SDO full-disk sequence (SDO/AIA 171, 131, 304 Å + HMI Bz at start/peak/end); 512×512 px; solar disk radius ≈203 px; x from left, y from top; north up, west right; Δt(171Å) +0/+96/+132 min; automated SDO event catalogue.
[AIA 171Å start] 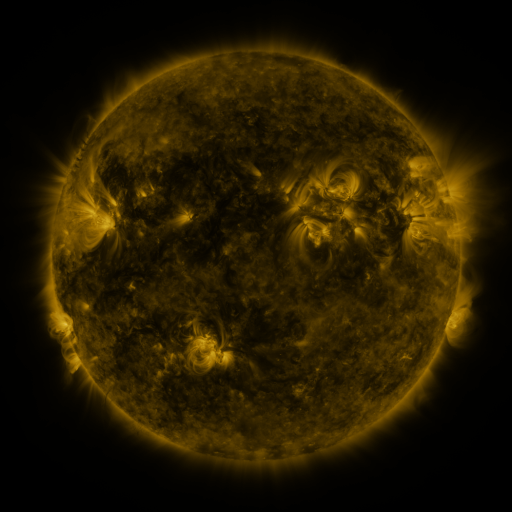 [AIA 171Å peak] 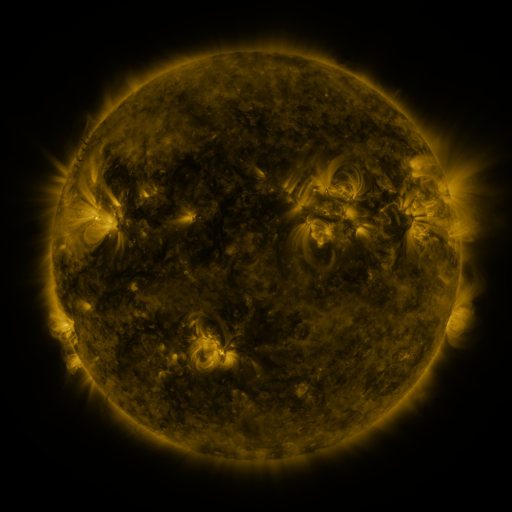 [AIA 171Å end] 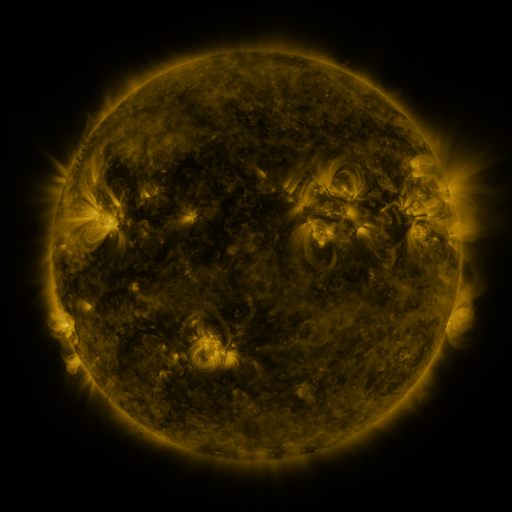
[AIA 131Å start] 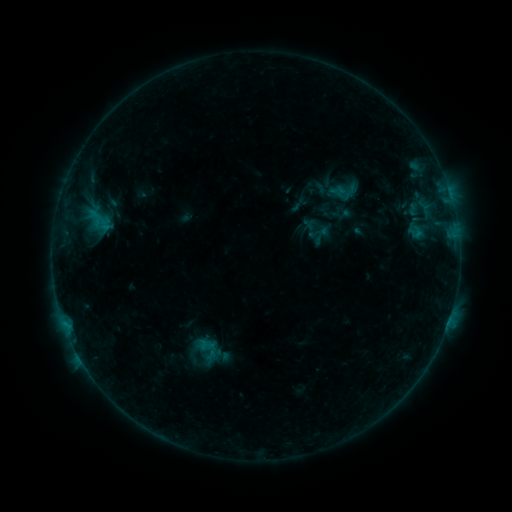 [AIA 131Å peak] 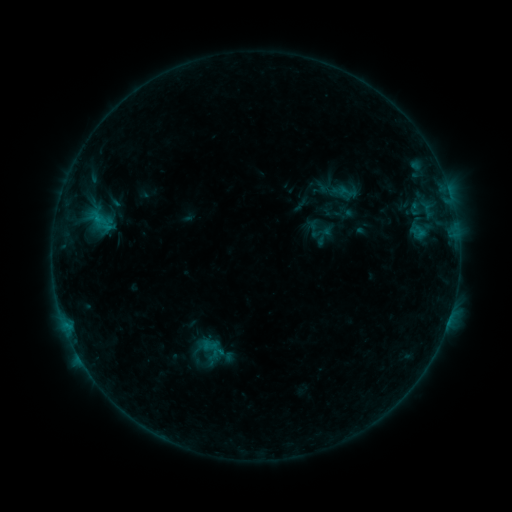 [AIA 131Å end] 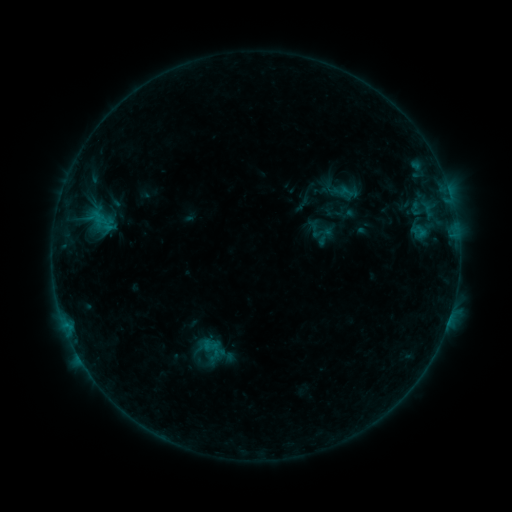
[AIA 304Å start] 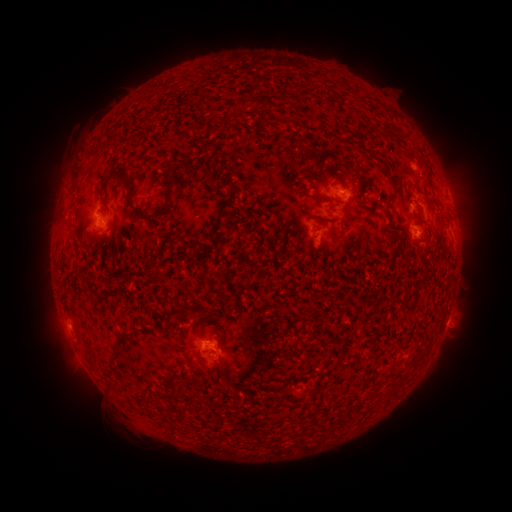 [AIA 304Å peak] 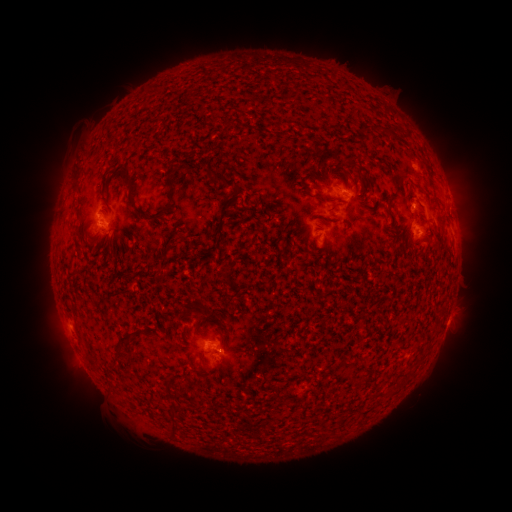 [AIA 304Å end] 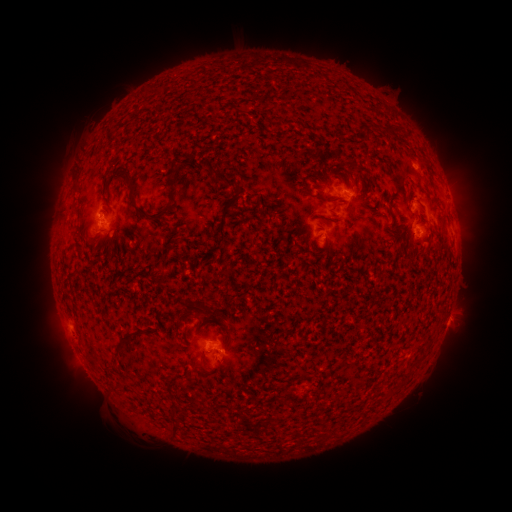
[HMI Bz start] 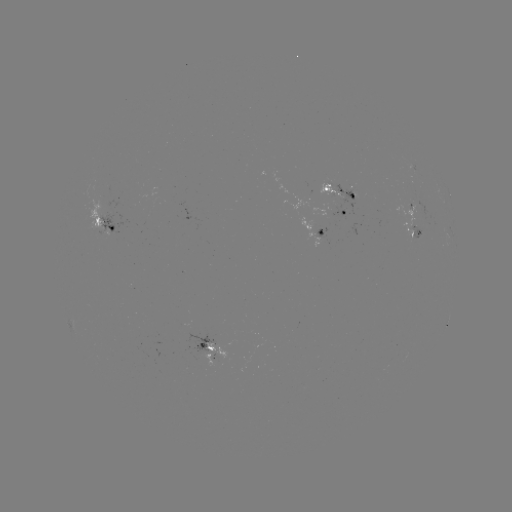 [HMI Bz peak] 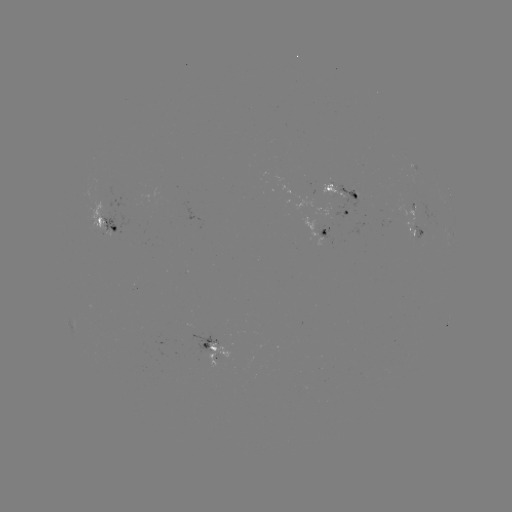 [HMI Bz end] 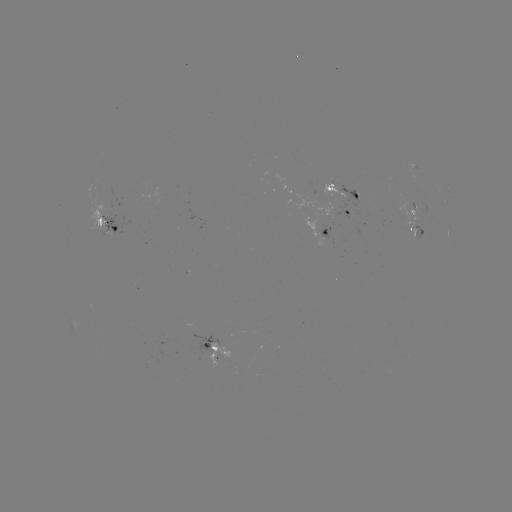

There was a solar emerging-flux region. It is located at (89, 215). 